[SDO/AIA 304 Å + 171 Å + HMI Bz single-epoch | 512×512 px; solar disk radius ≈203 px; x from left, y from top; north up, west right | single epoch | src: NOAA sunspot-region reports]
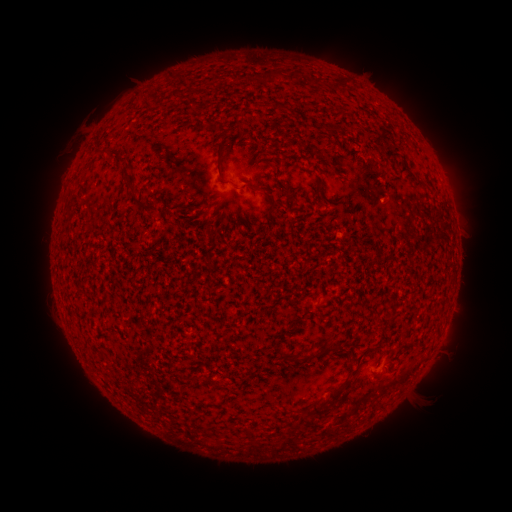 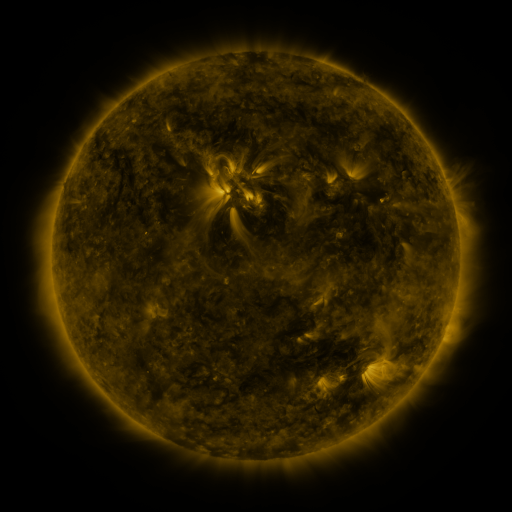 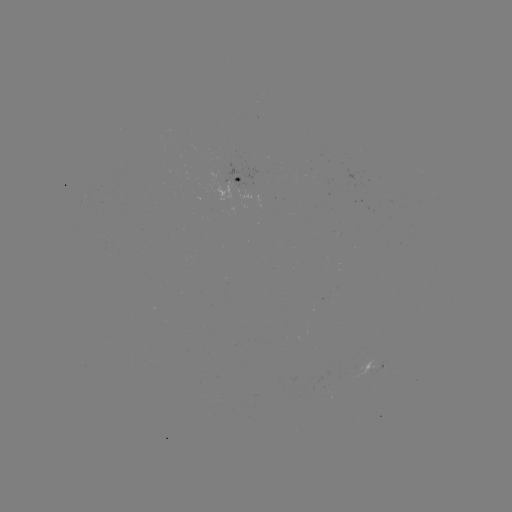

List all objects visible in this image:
spotted active region: (239, 176)
spotted active region: (376, 368)
